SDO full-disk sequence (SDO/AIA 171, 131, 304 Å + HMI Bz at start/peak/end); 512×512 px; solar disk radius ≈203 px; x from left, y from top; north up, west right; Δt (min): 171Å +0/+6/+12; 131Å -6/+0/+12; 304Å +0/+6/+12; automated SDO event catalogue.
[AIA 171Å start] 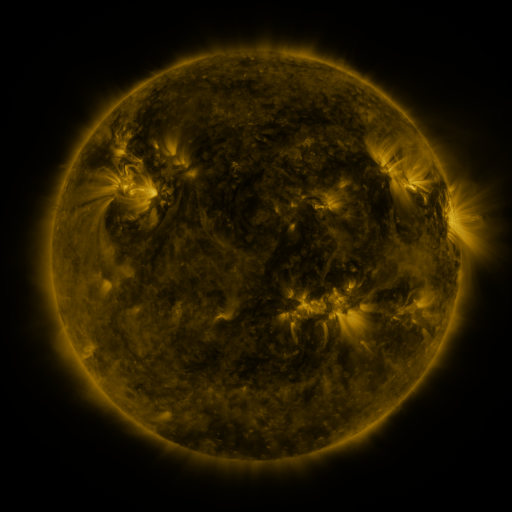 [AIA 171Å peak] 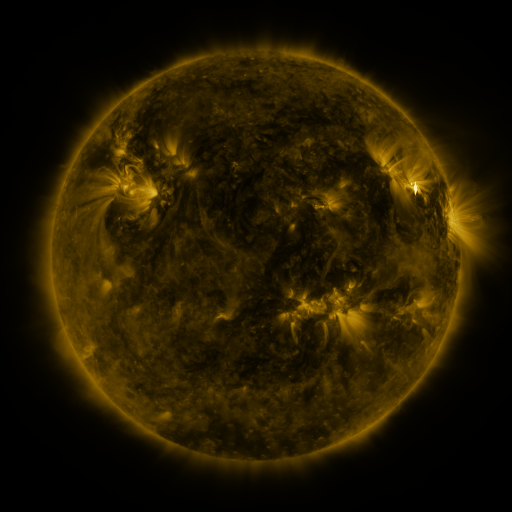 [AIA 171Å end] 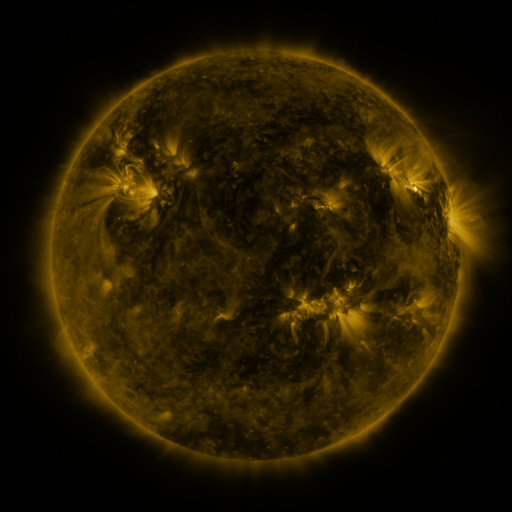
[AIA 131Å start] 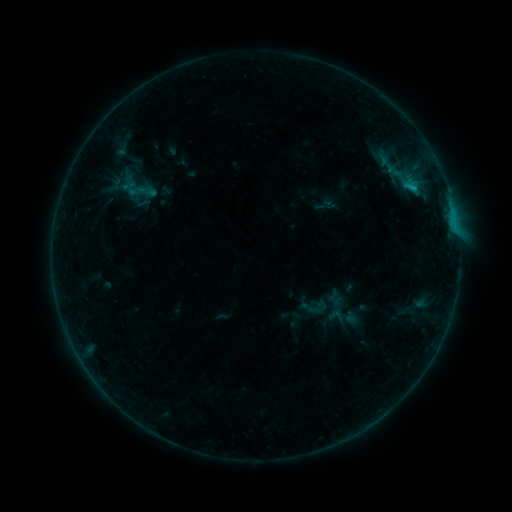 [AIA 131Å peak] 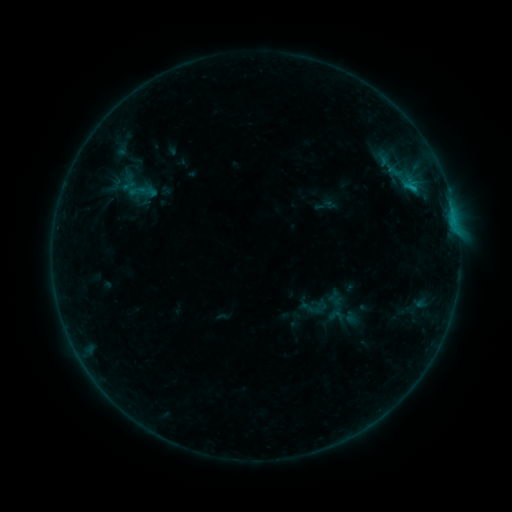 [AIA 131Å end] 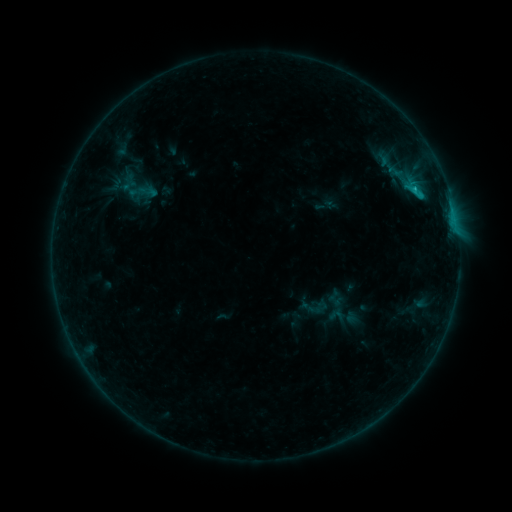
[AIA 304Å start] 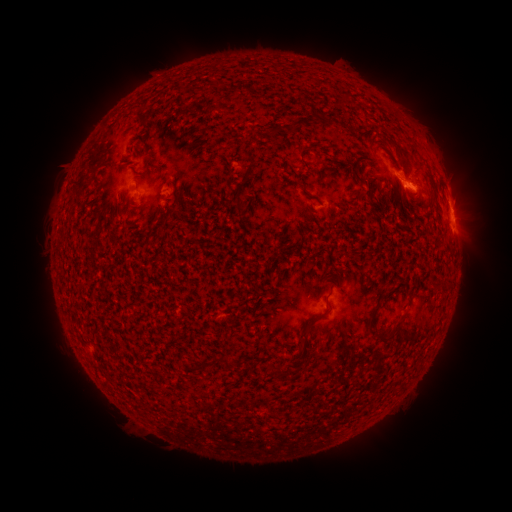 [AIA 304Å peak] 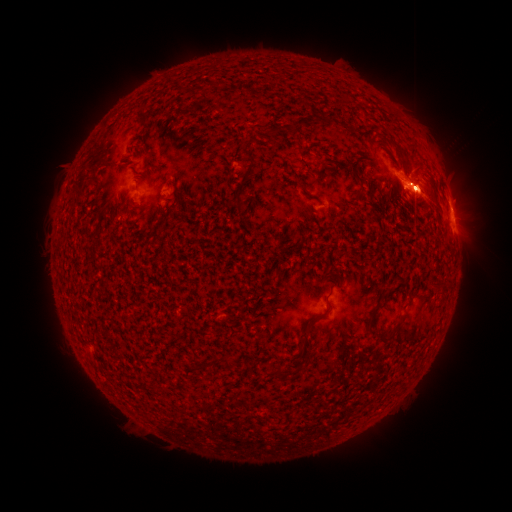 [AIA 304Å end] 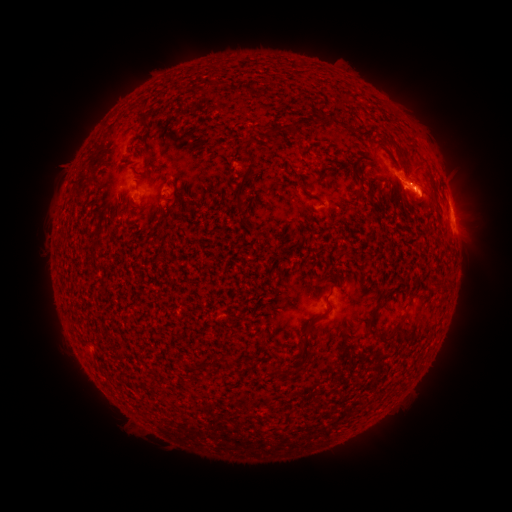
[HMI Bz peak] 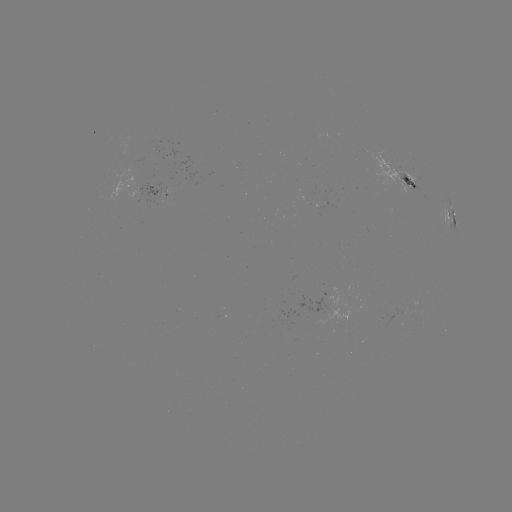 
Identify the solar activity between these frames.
M1.0 flare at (454, 214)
